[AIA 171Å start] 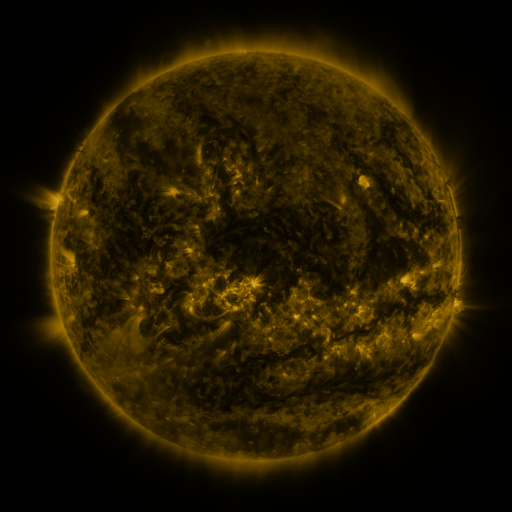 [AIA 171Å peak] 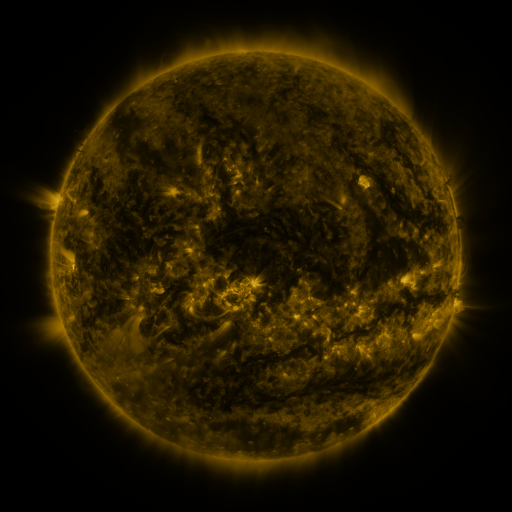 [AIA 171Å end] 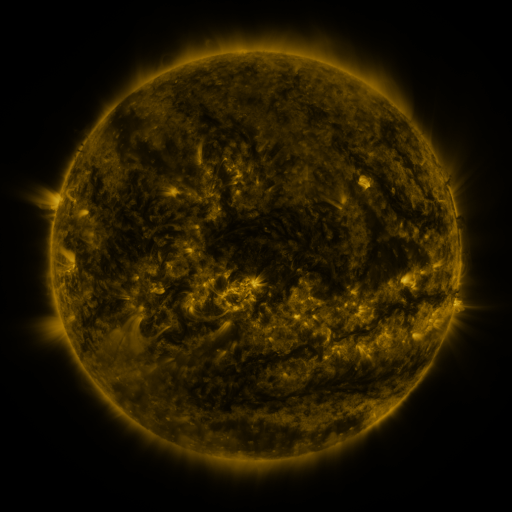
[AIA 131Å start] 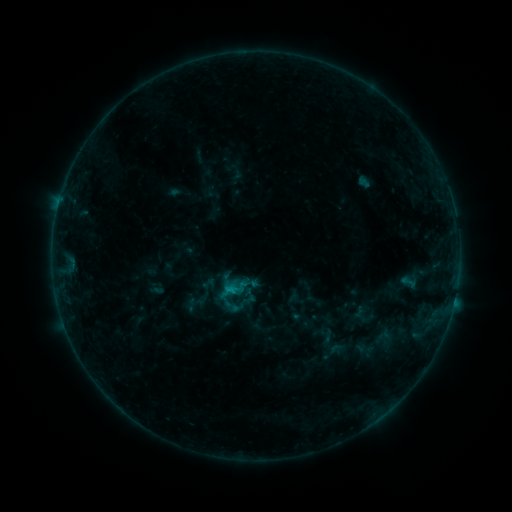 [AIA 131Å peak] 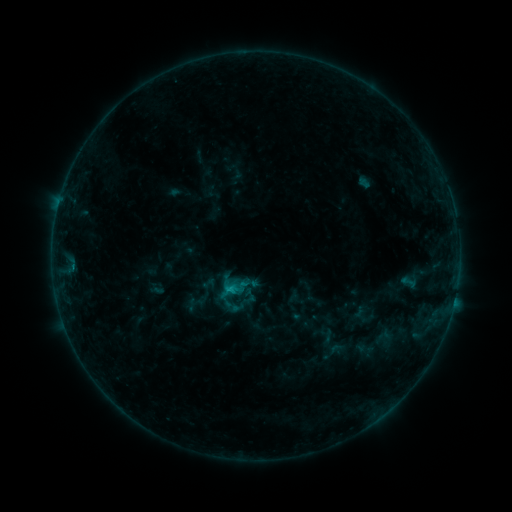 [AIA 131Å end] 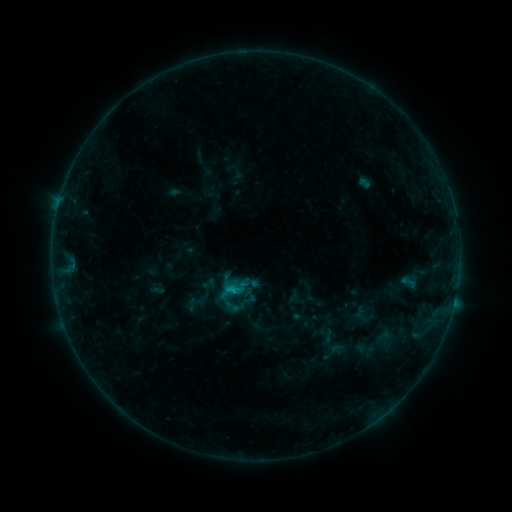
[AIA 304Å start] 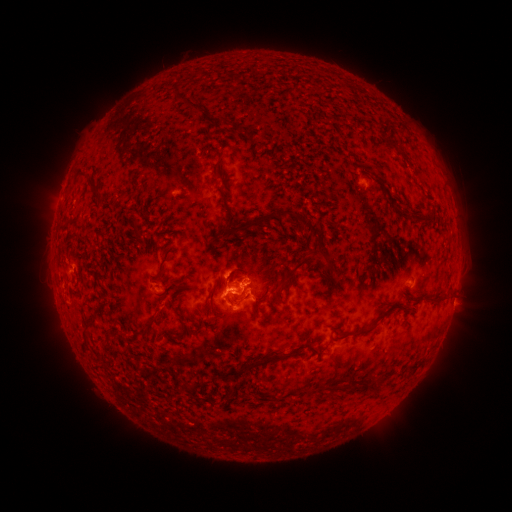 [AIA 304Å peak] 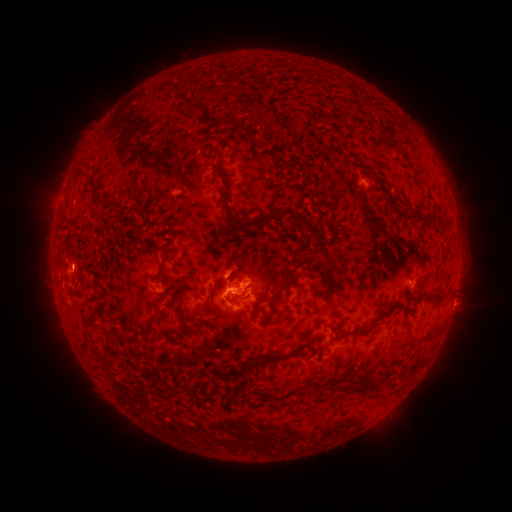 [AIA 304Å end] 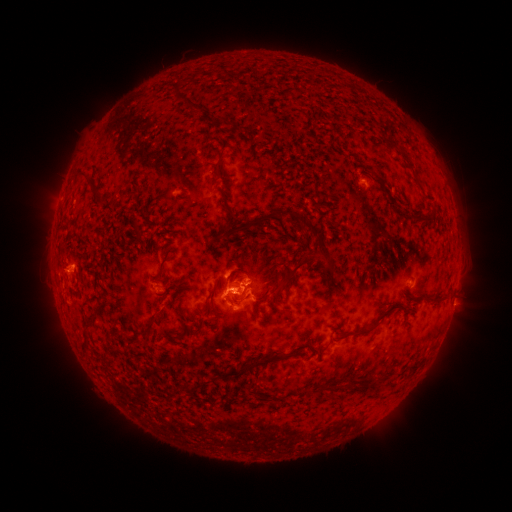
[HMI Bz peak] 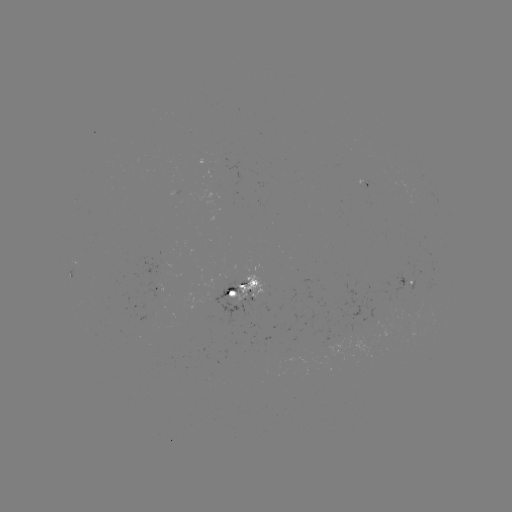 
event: flare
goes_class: C1.6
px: (74, 265)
